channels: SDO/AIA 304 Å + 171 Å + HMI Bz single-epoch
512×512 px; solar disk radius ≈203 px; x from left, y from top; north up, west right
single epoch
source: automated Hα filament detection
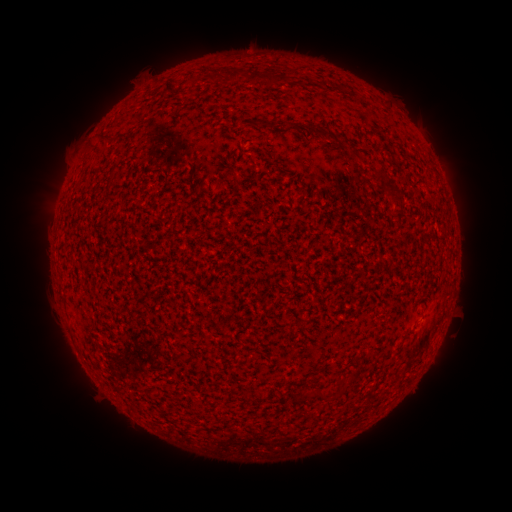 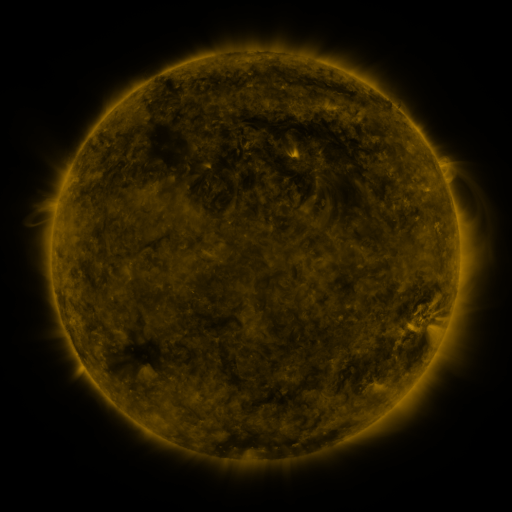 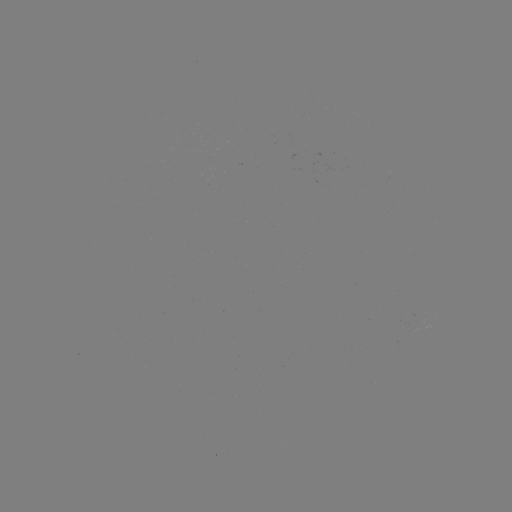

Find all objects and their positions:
filament: [226, 68, 244, 83]
filament: [208, 71, 219, 80]
filament: [266, 71, 284, 89]
filament: [250, 72, 261, 84]
filament: [105, 132, 120, 141]
filament: [171, 167, 180, 173]
filament: [382, 187, 404, 205]
filament: [313, 391, 328, 402]
